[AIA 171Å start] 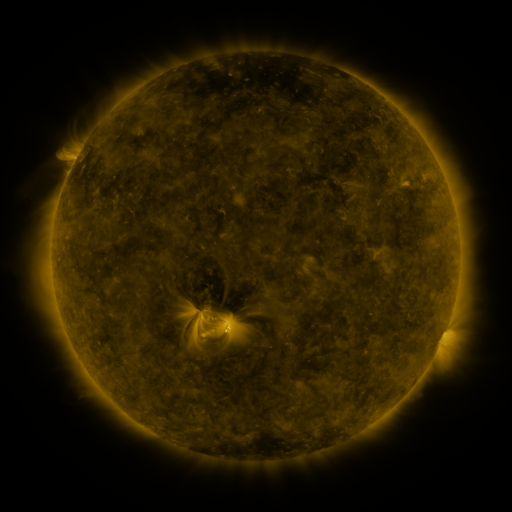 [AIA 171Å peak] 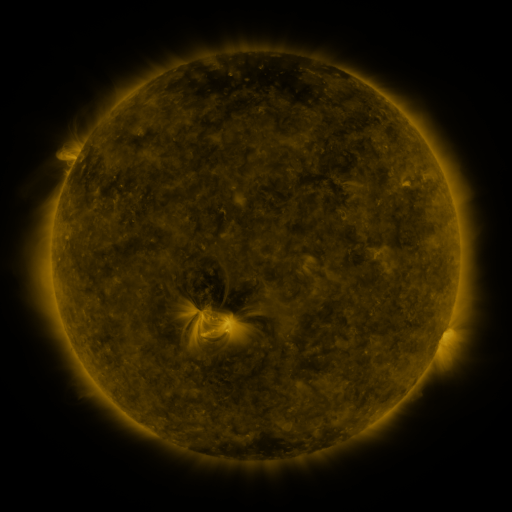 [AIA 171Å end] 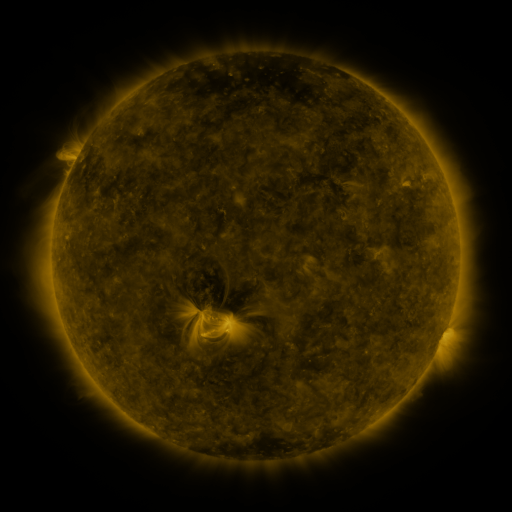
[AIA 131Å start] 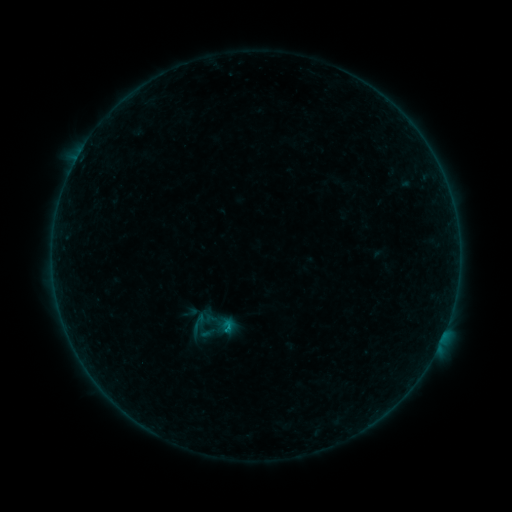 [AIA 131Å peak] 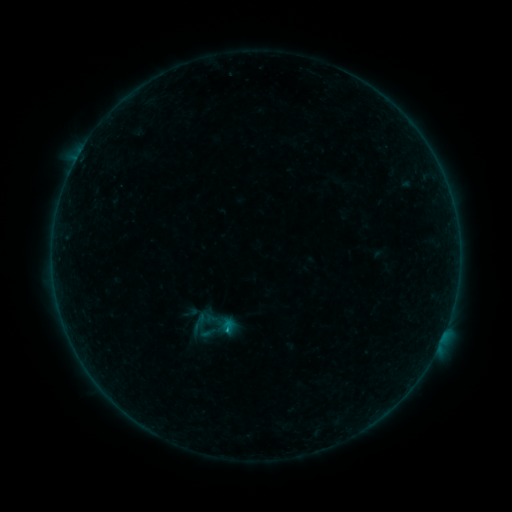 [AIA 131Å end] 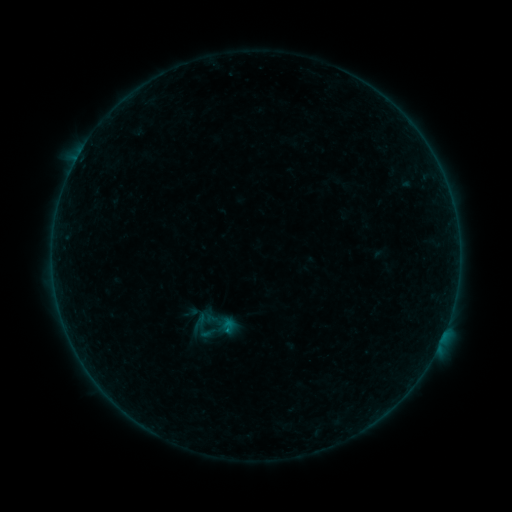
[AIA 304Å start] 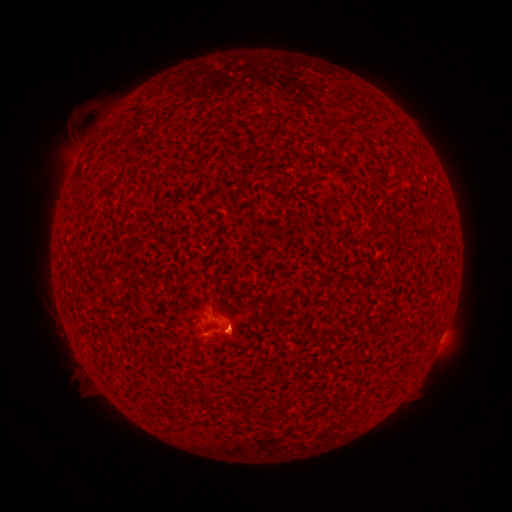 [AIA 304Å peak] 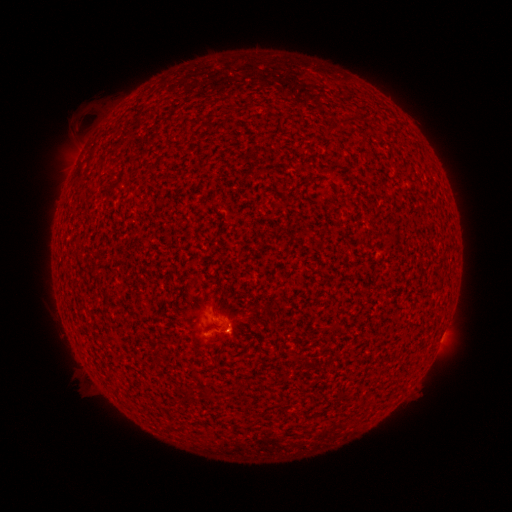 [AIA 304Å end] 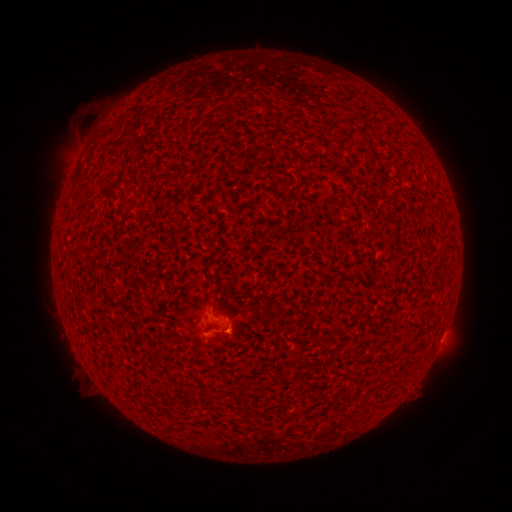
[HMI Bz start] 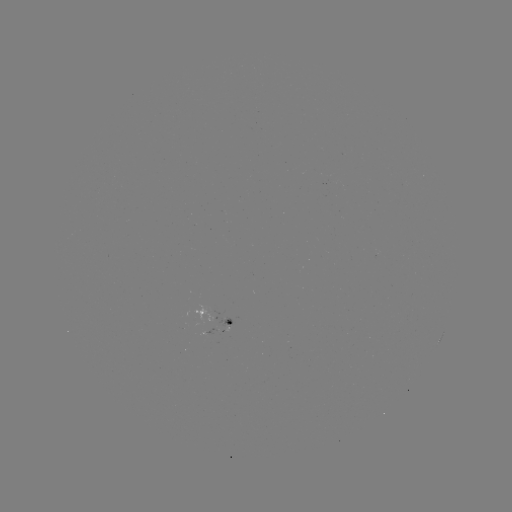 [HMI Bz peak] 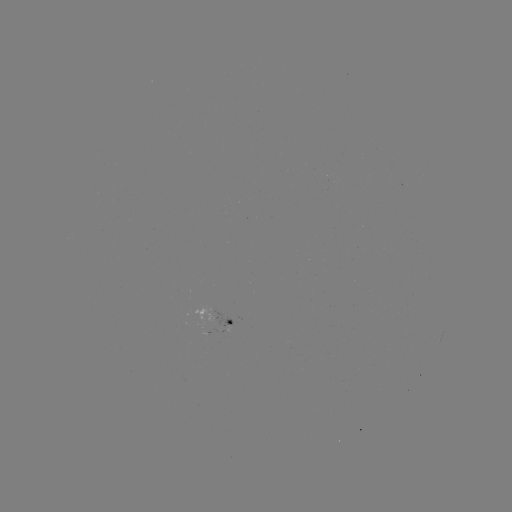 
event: flare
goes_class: B2.8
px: (228, 327)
